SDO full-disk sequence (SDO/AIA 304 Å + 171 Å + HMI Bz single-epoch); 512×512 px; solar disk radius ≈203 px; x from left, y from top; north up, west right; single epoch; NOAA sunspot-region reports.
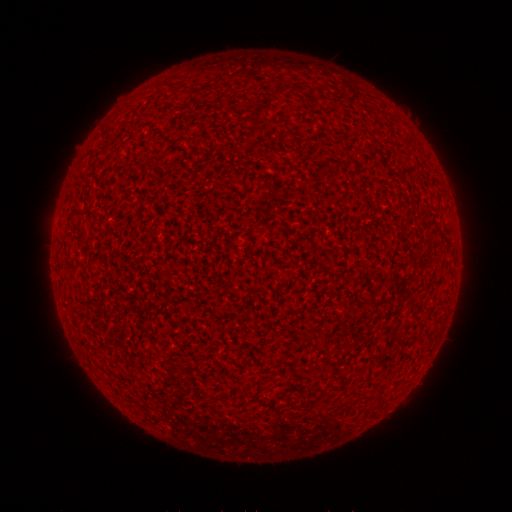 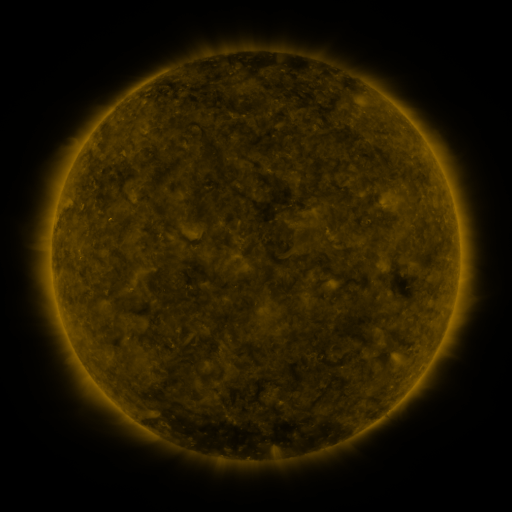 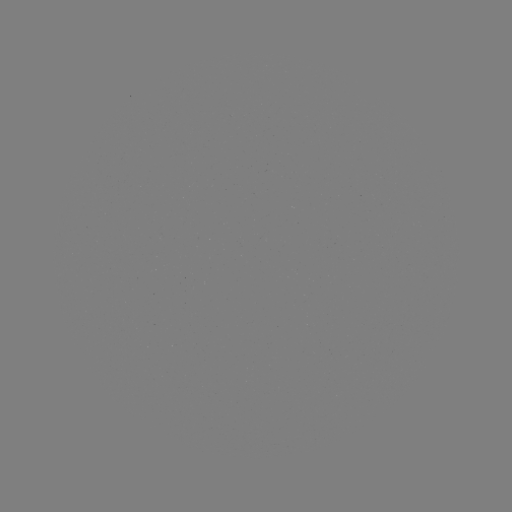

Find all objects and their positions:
(none)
